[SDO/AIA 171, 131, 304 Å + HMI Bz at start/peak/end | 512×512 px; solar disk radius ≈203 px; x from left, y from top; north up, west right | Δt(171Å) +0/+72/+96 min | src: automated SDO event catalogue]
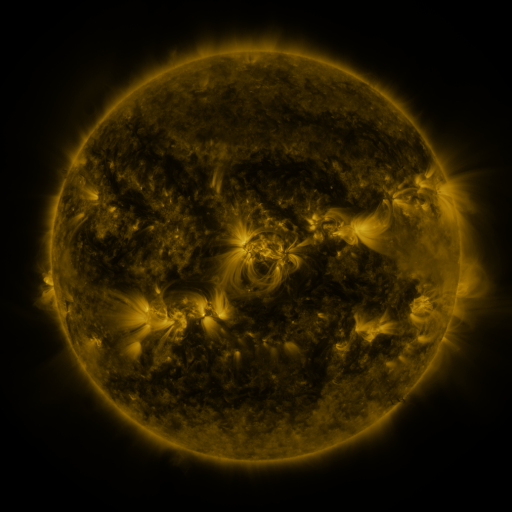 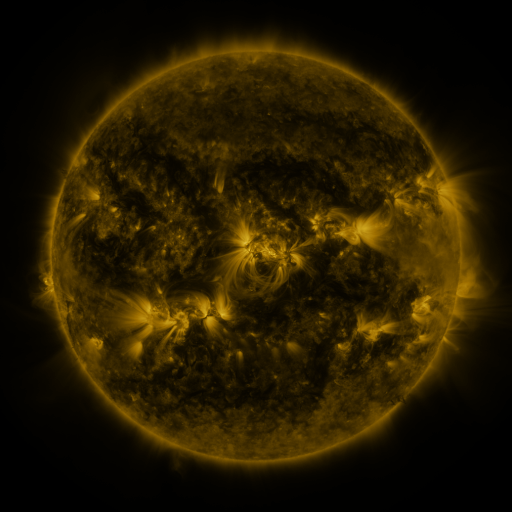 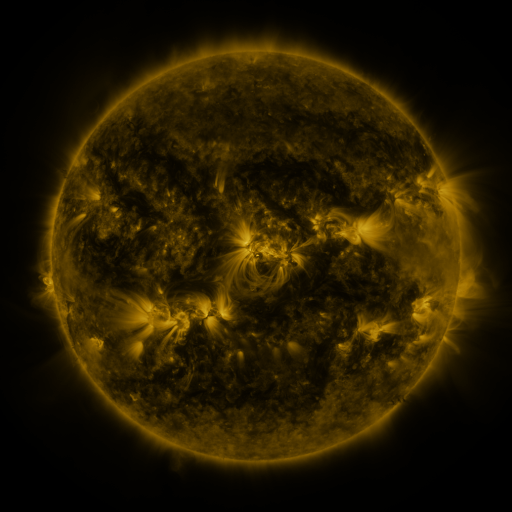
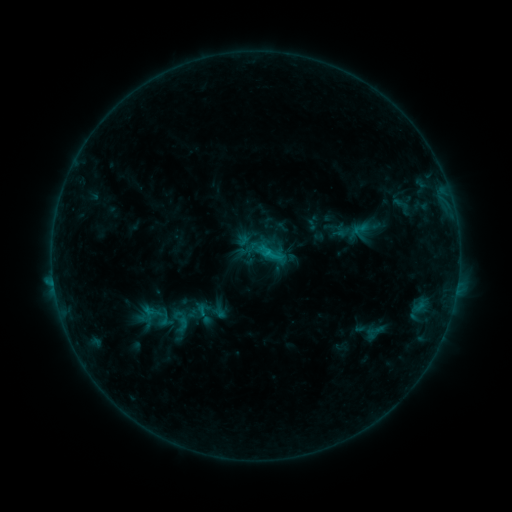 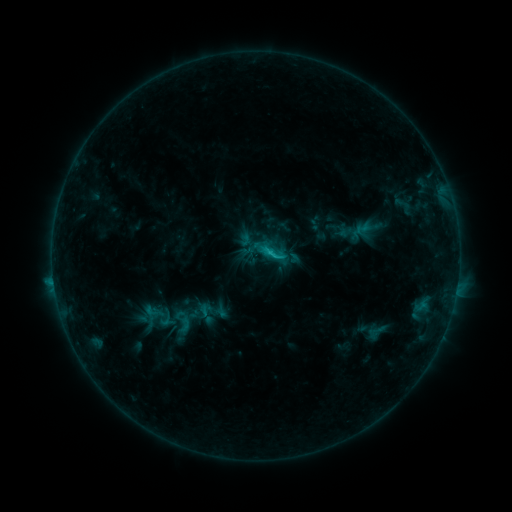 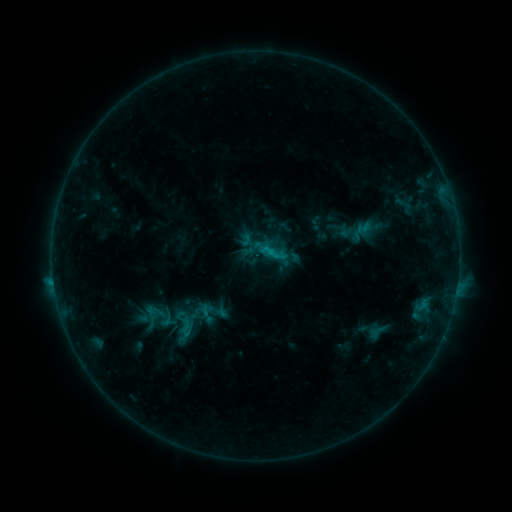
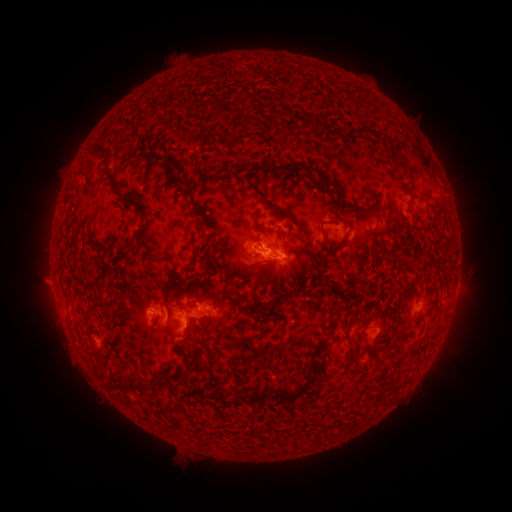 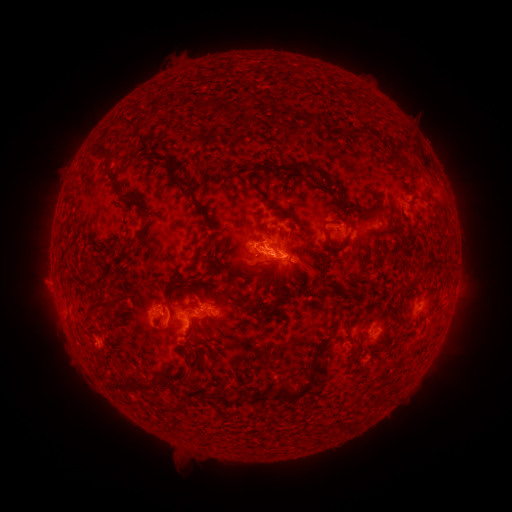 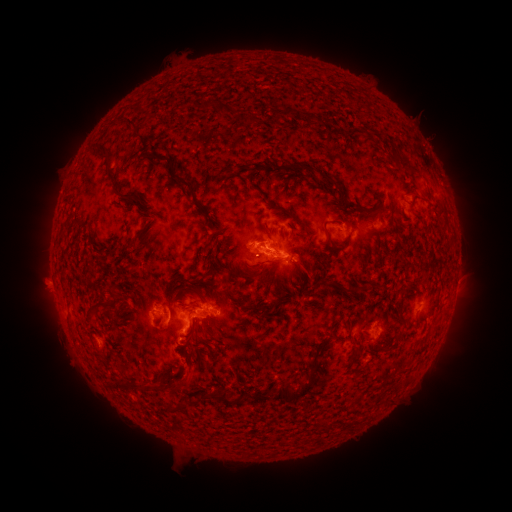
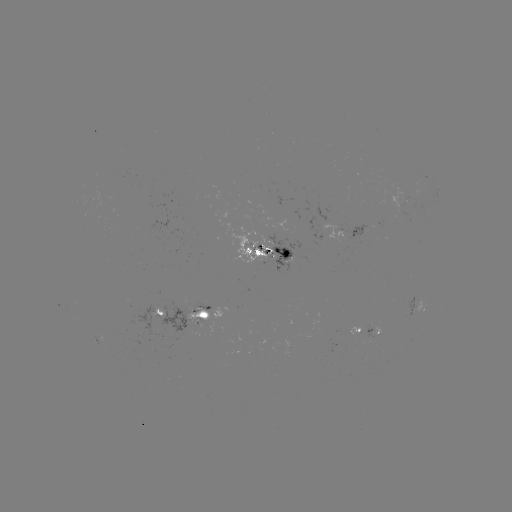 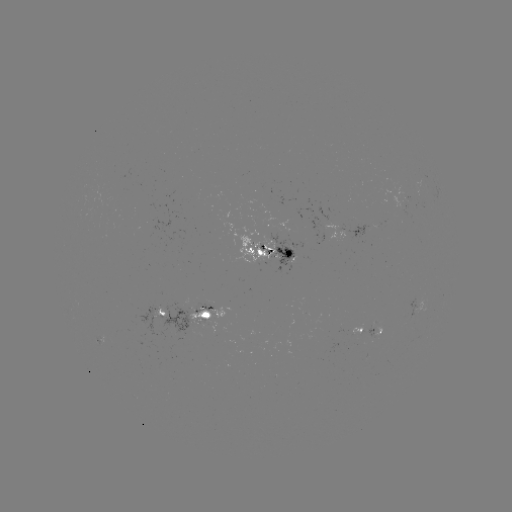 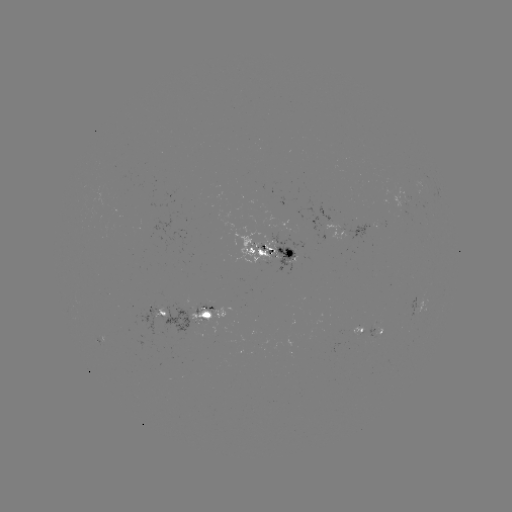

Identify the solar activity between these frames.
emerging-flux region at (204, 318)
